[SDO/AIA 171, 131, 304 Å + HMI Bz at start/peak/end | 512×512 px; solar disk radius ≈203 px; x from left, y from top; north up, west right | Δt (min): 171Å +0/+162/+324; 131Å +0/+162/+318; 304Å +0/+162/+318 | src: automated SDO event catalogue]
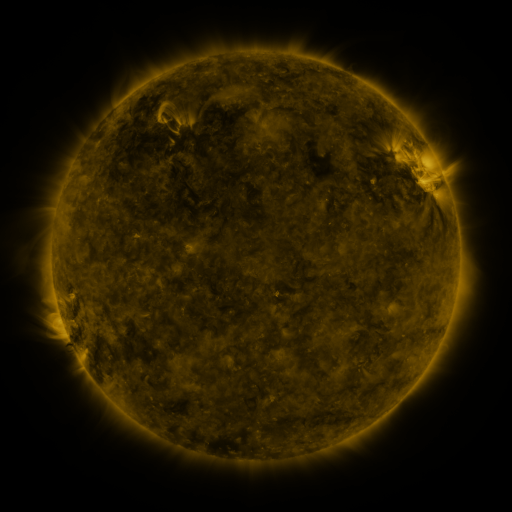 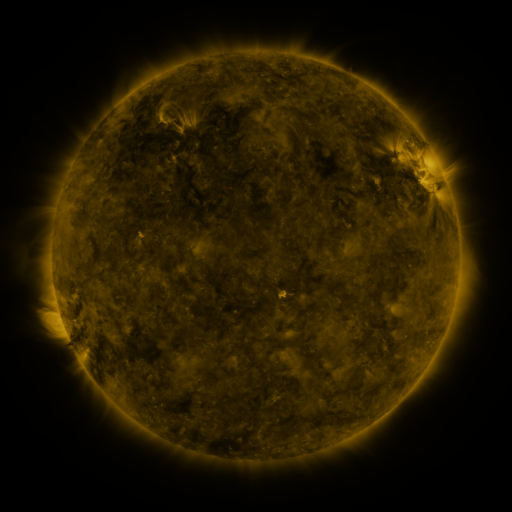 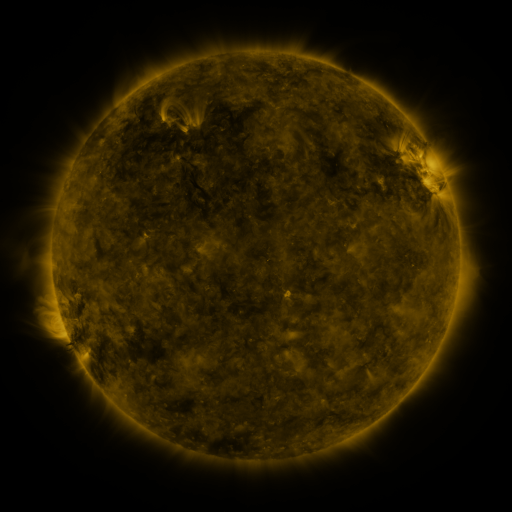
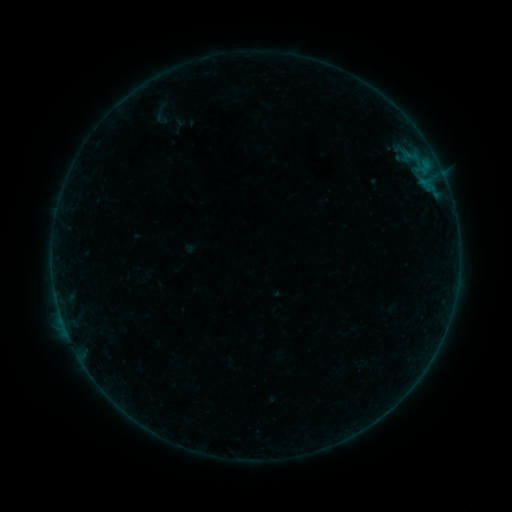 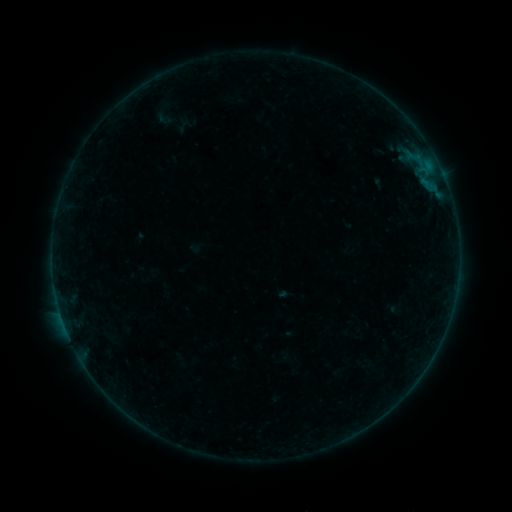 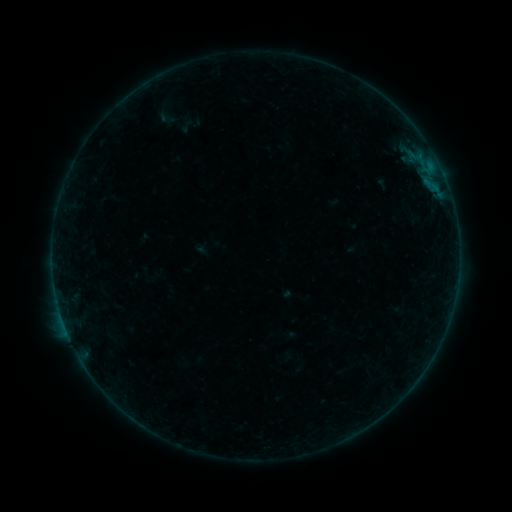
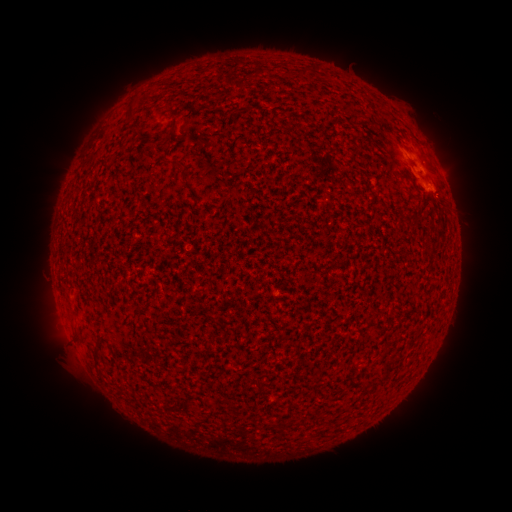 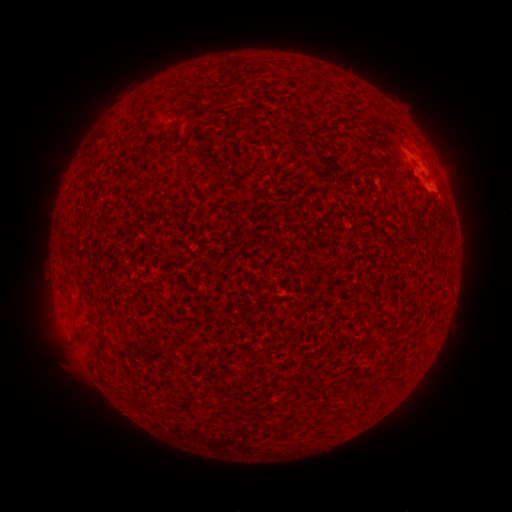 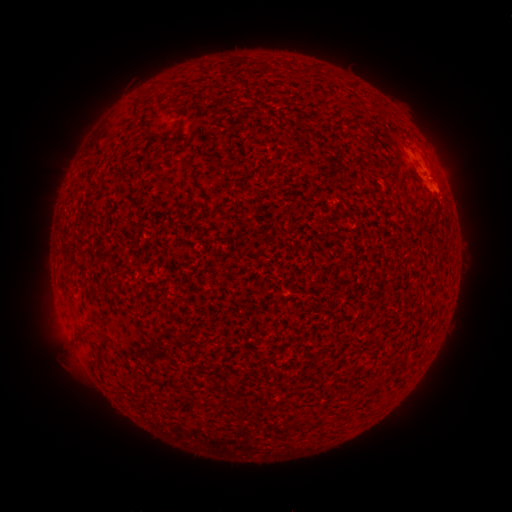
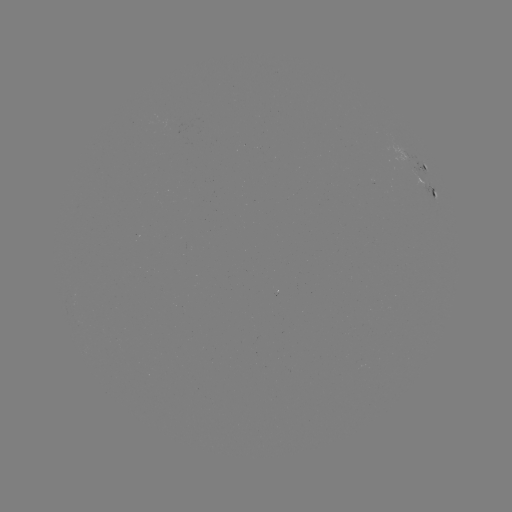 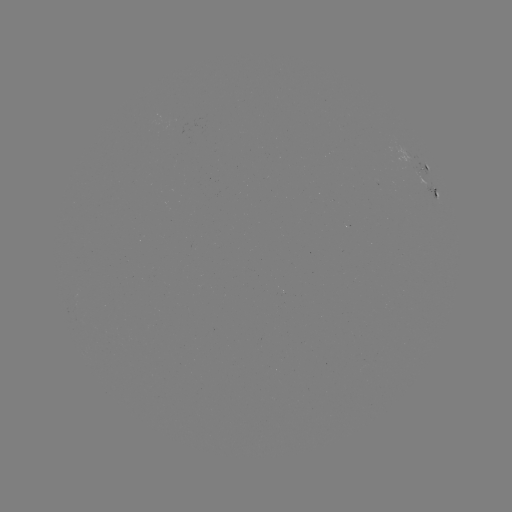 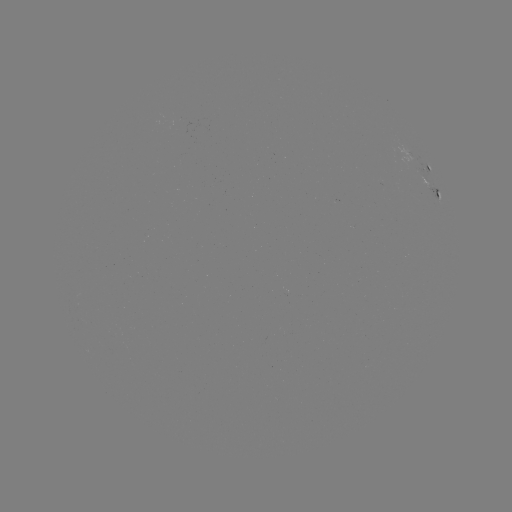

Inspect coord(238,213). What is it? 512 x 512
filament eruption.